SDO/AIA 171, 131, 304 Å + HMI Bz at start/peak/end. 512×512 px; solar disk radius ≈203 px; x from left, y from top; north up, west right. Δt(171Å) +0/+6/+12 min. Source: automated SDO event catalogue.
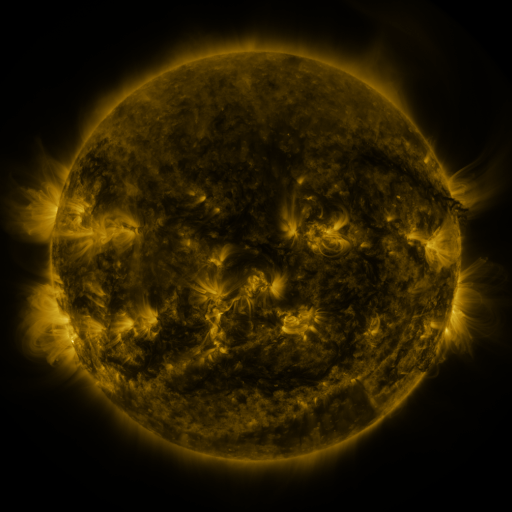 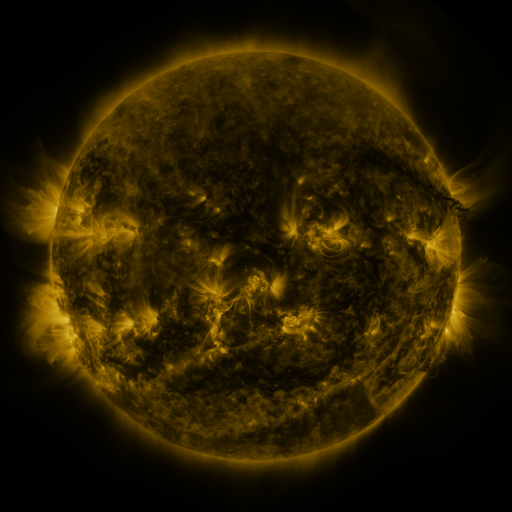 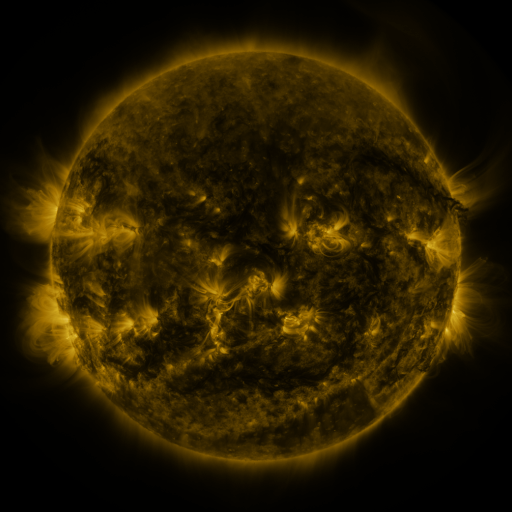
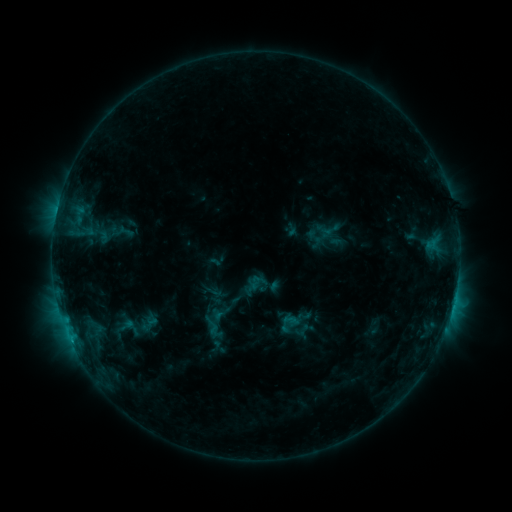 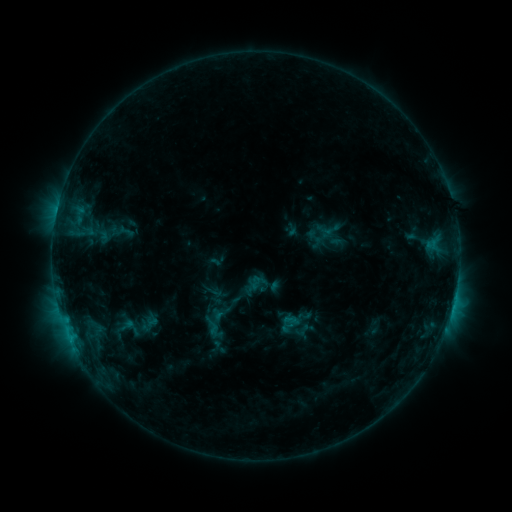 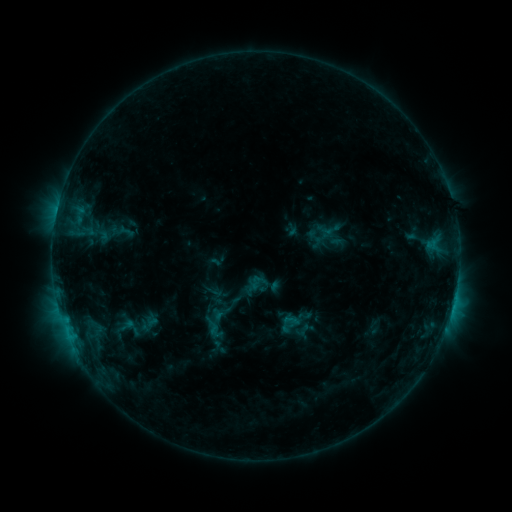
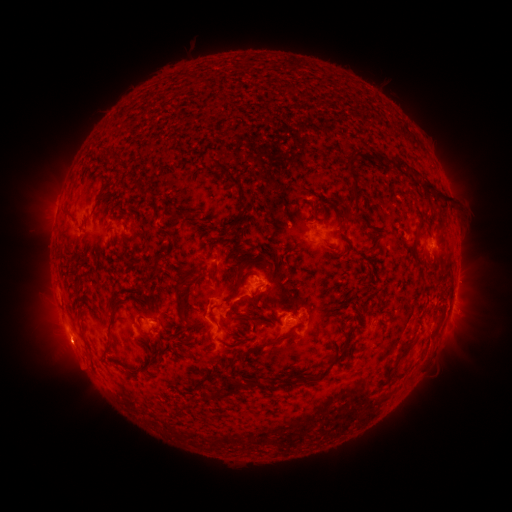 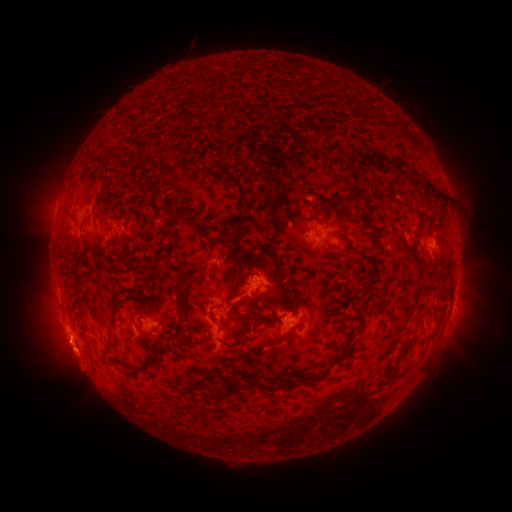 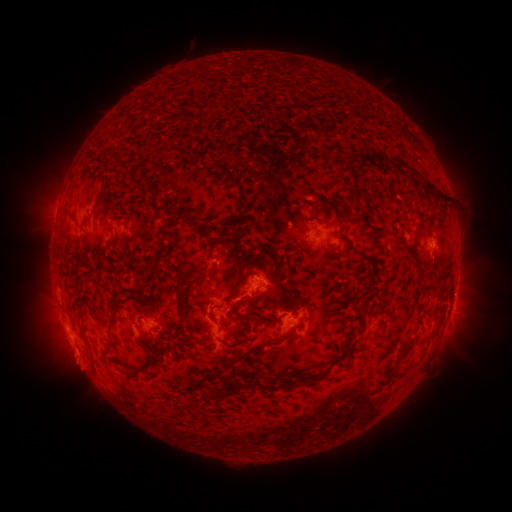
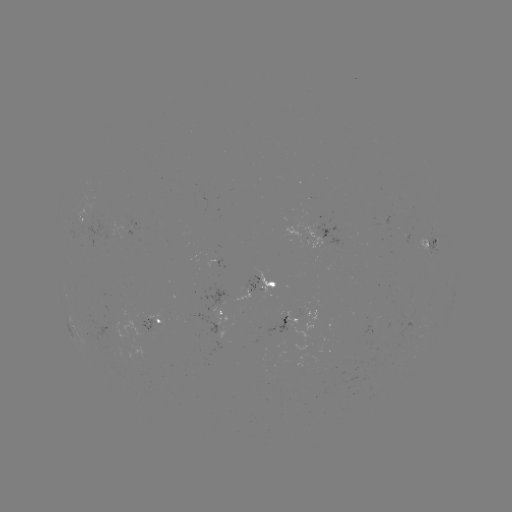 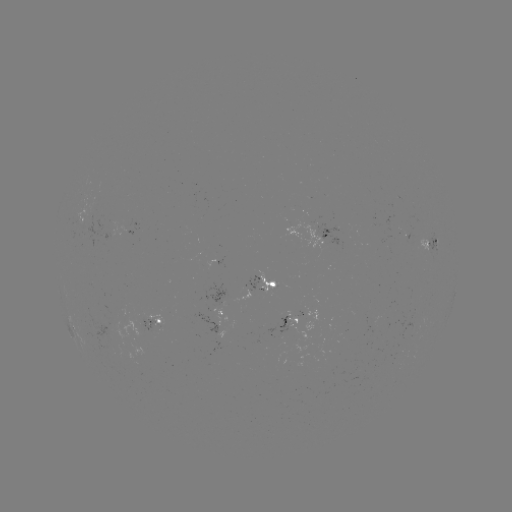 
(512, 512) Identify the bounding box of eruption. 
[37, 330, 101, 385].